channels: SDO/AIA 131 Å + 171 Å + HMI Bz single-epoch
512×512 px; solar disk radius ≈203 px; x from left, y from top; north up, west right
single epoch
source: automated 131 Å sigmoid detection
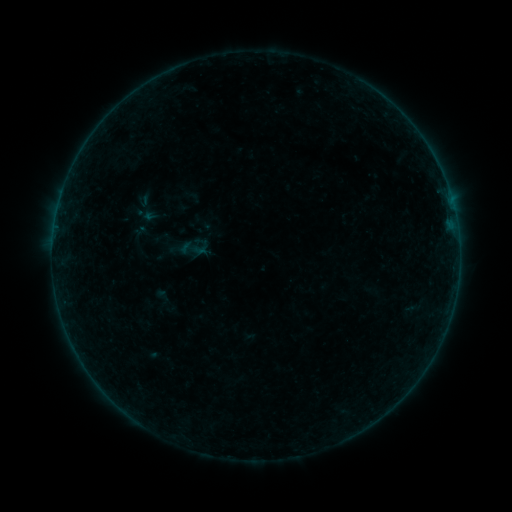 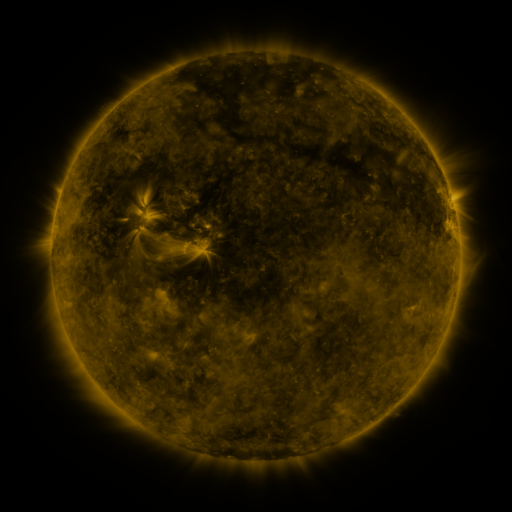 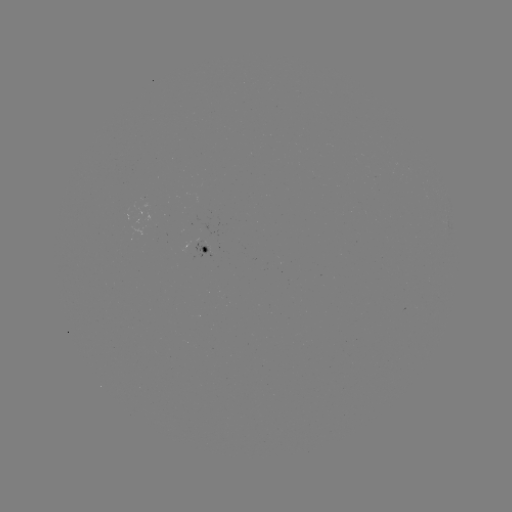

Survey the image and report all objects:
sigmoid: (195, 247)
